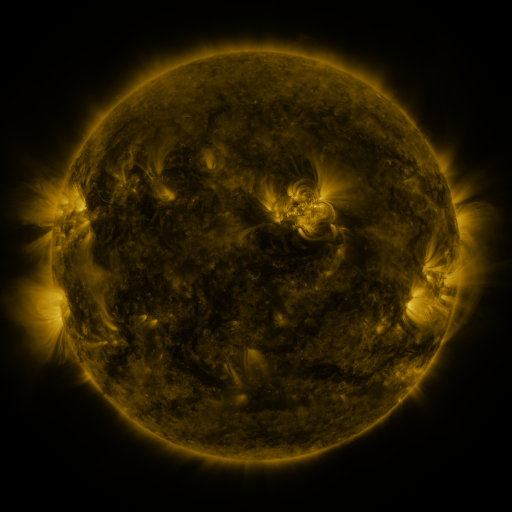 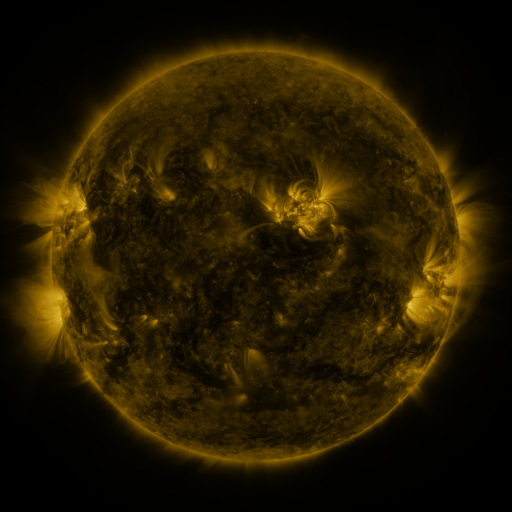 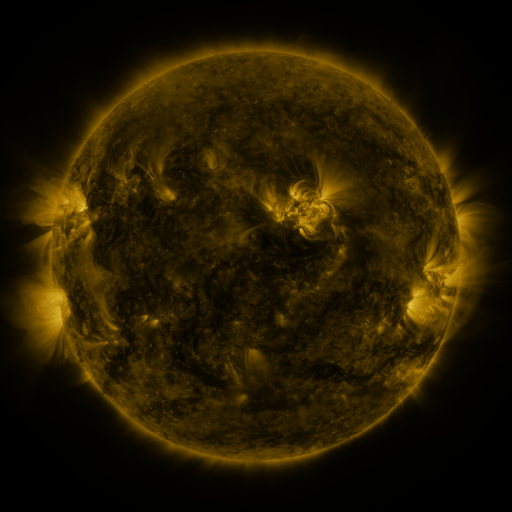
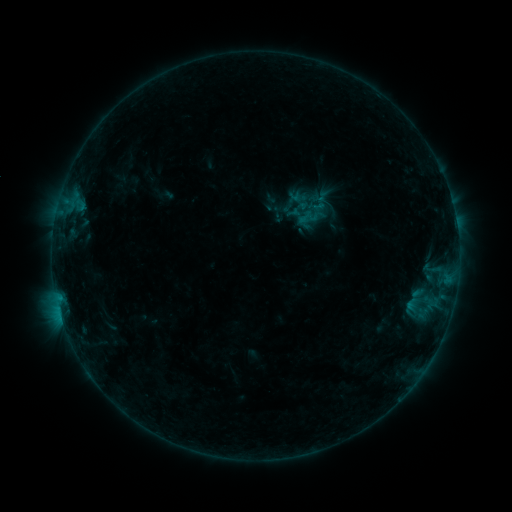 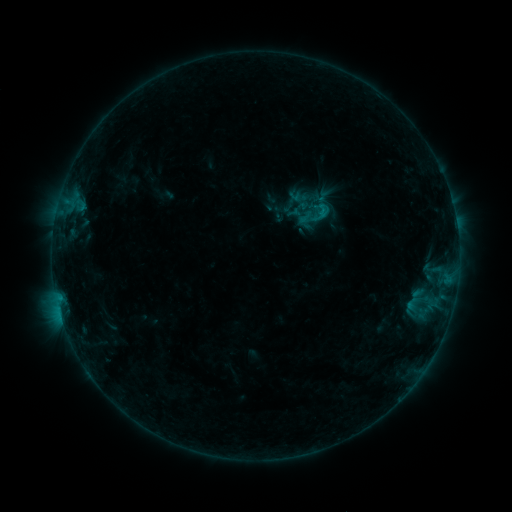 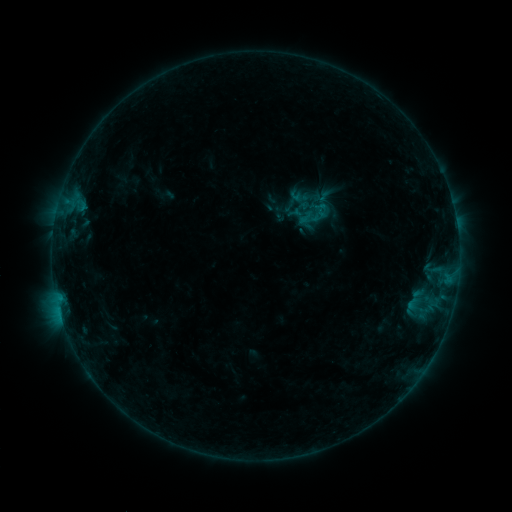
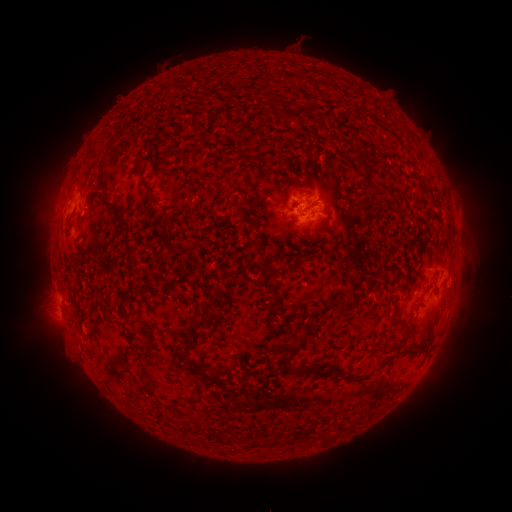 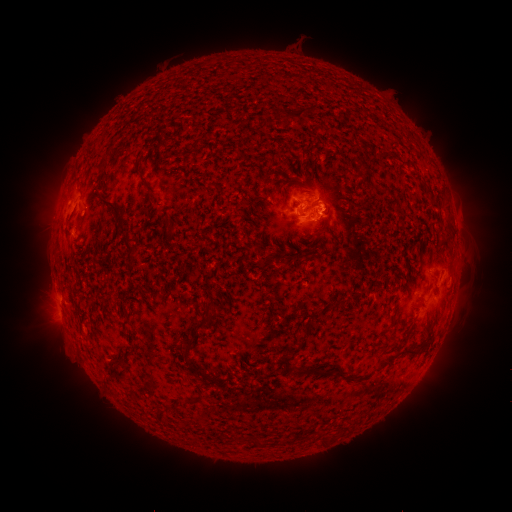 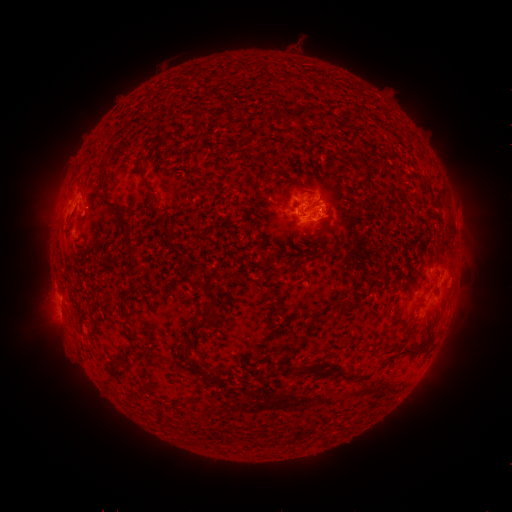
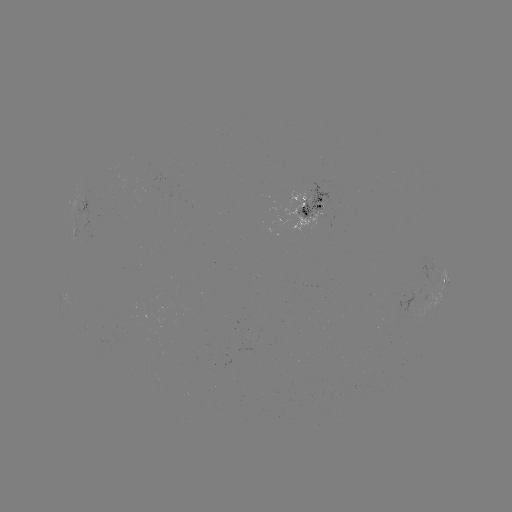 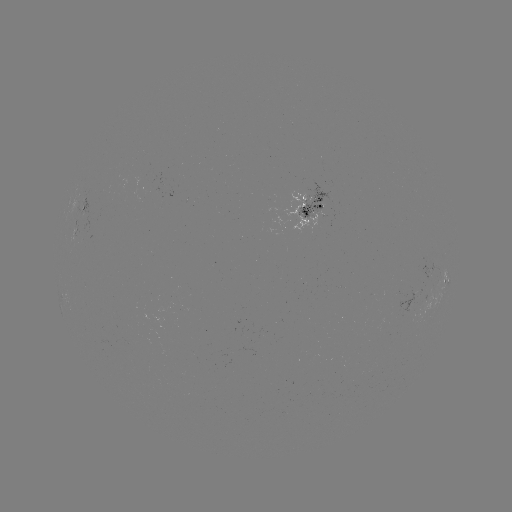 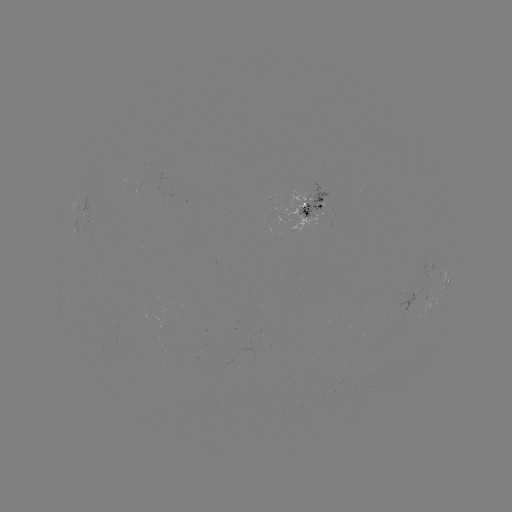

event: flare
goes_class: B4.7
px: (321, 212)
